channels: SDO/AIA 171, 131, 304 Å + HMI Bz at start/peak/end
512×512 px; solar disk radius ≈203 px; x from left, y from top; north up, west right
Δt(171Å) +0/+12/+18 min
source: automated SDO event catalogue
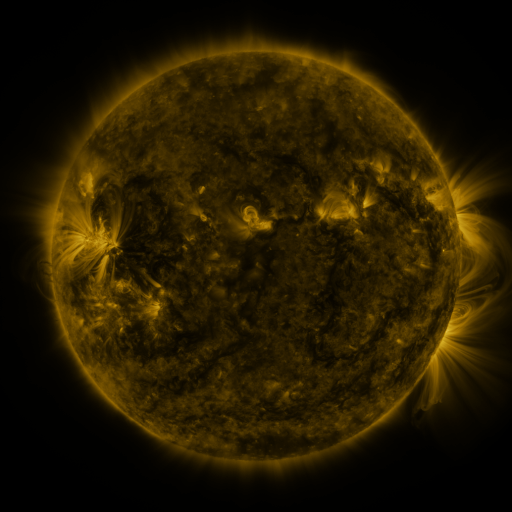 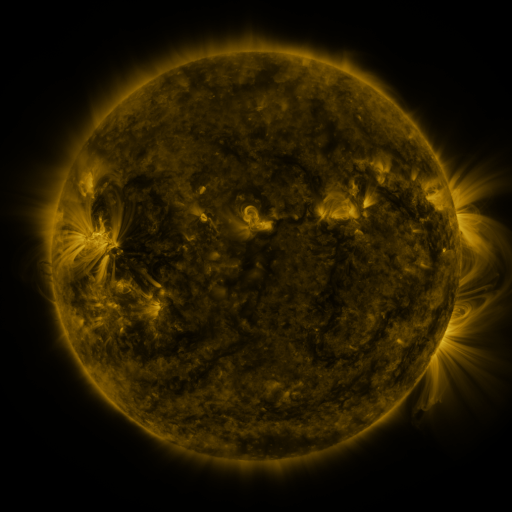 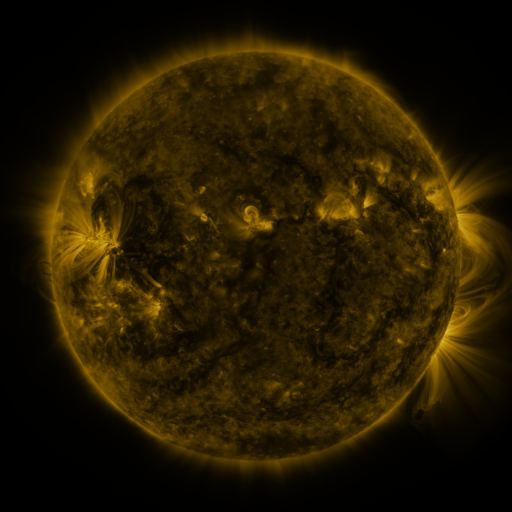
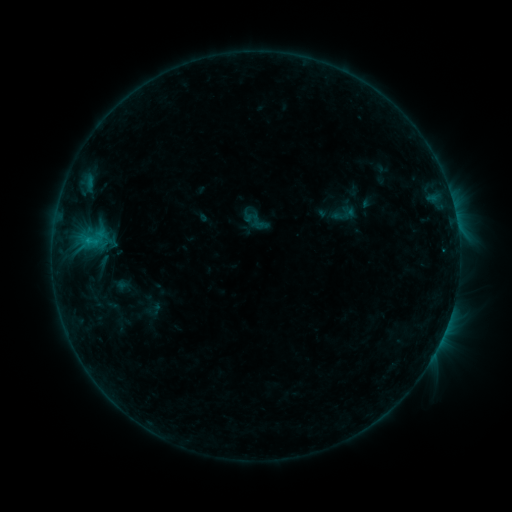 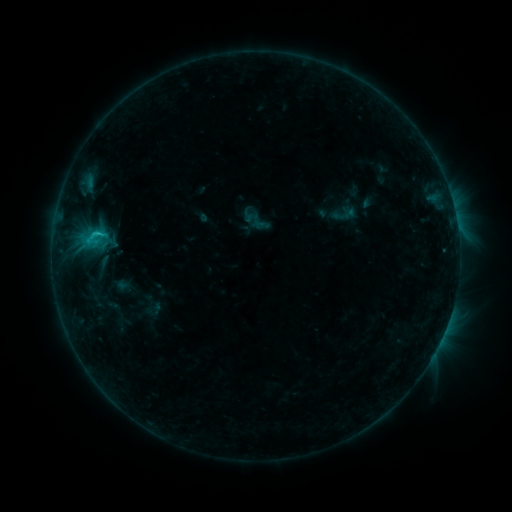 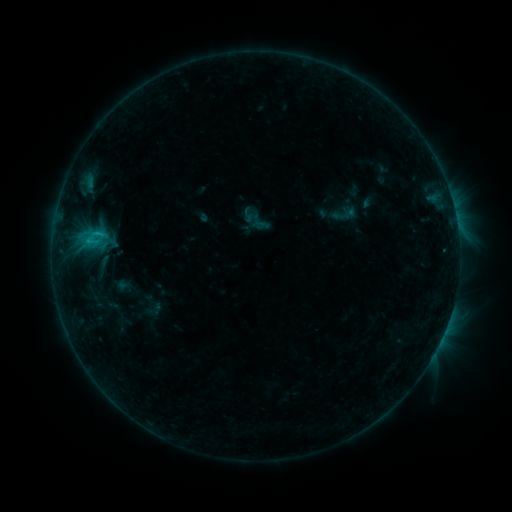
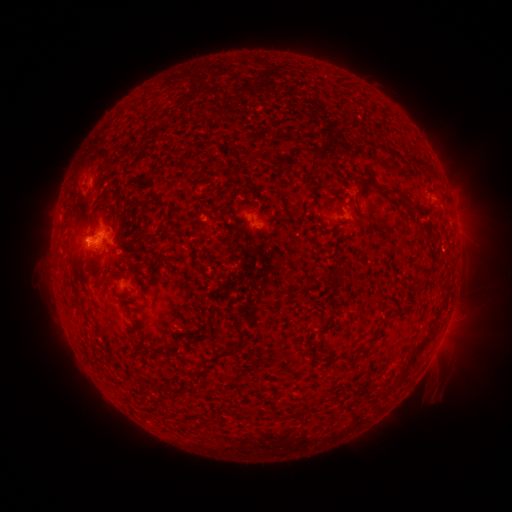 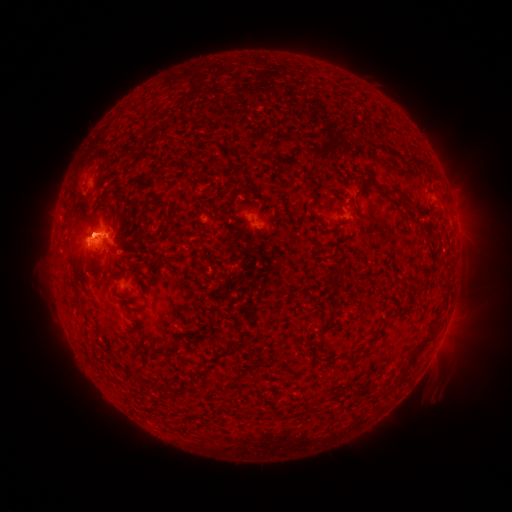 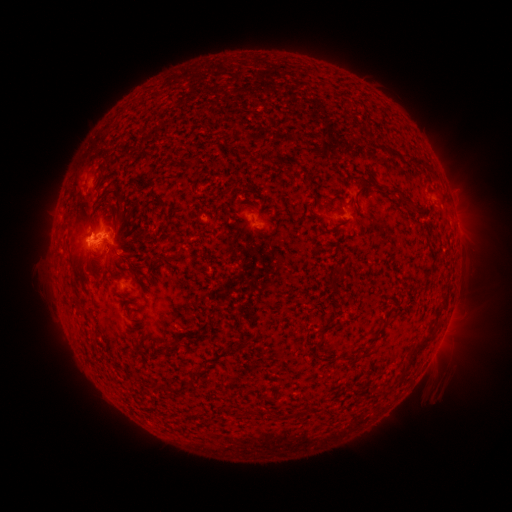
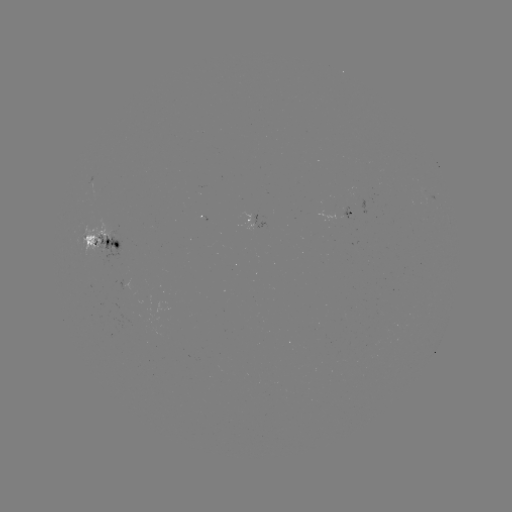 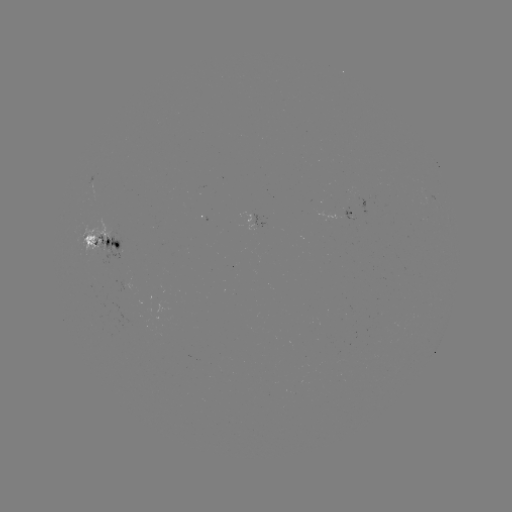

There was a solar eruption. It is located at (88, 225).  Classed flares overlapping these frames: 1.